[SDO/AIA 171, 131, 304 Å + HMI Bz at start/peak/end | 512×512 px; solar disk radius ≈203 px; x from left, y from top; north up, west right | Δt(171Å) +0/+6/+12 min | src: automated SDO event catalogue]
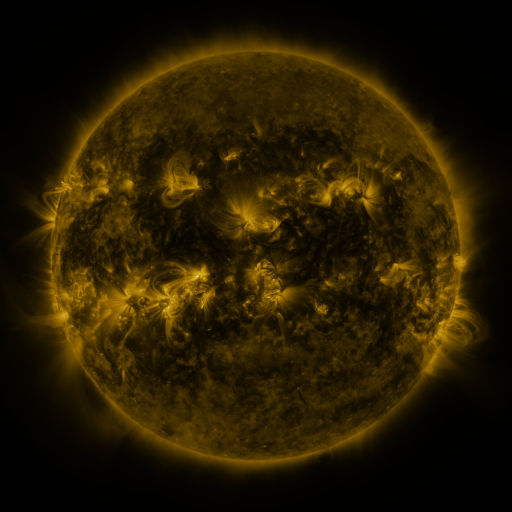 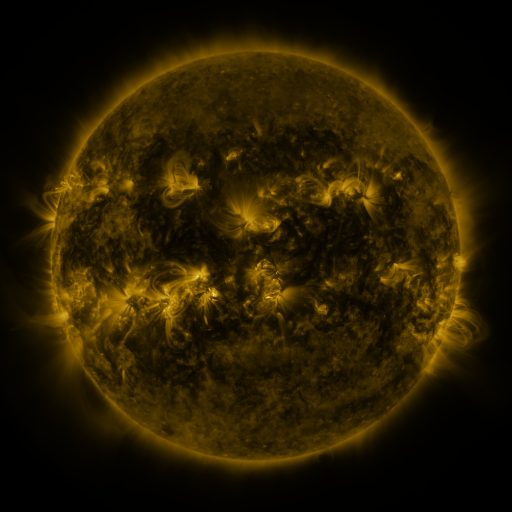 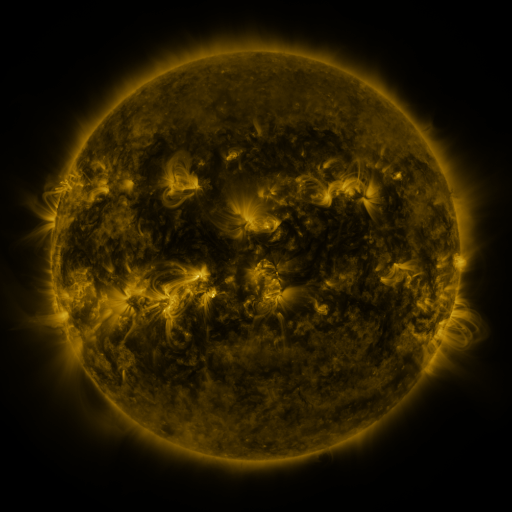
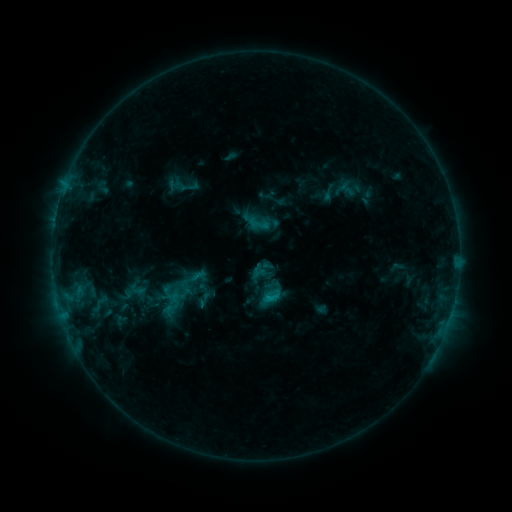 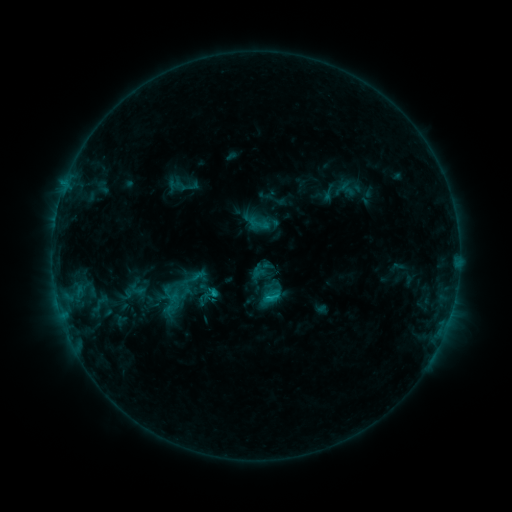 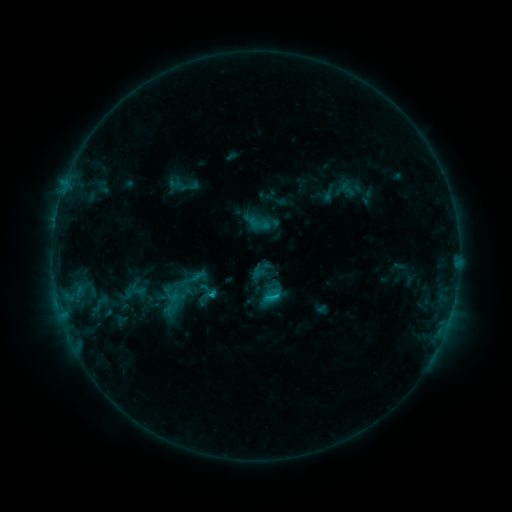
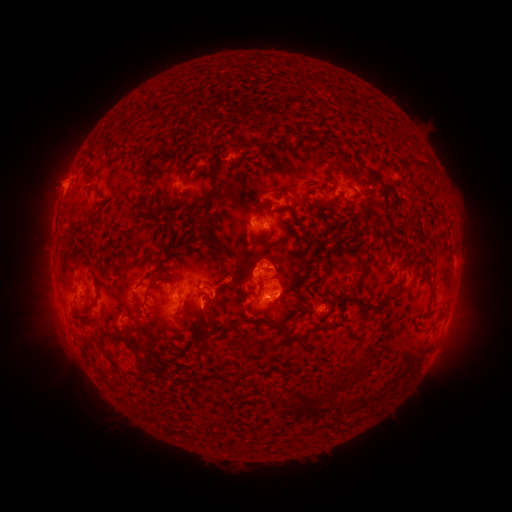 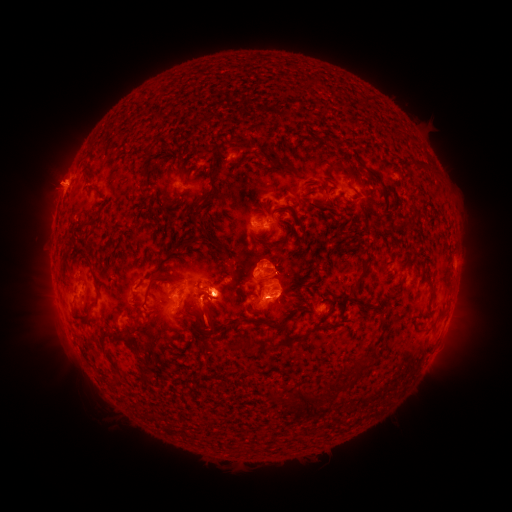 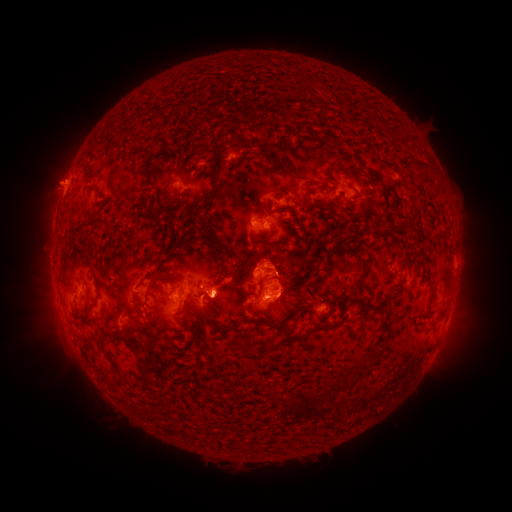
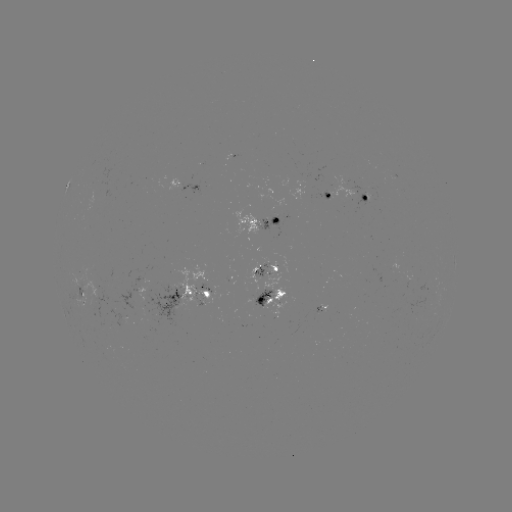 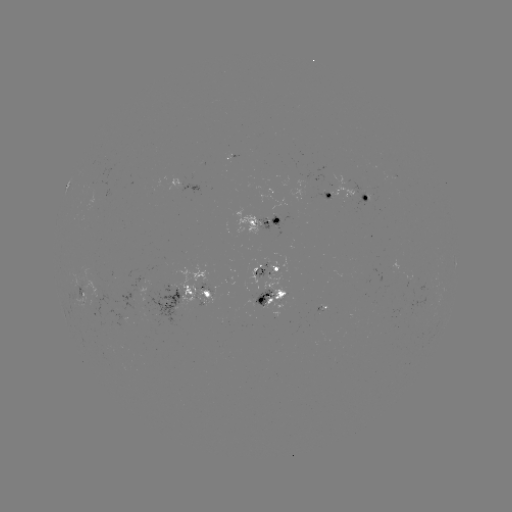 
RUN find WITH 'C1.8 flare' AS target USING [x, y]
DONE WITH [215, 289] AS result